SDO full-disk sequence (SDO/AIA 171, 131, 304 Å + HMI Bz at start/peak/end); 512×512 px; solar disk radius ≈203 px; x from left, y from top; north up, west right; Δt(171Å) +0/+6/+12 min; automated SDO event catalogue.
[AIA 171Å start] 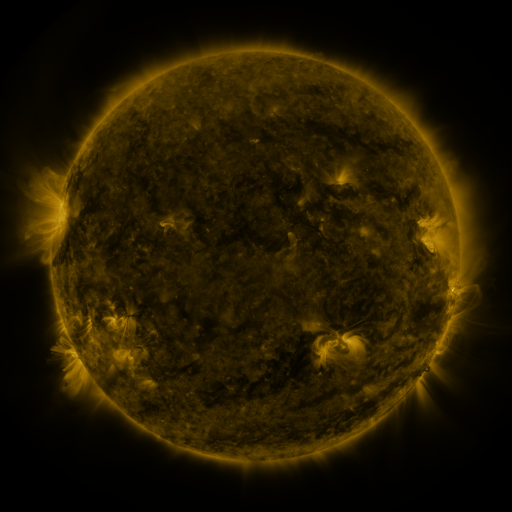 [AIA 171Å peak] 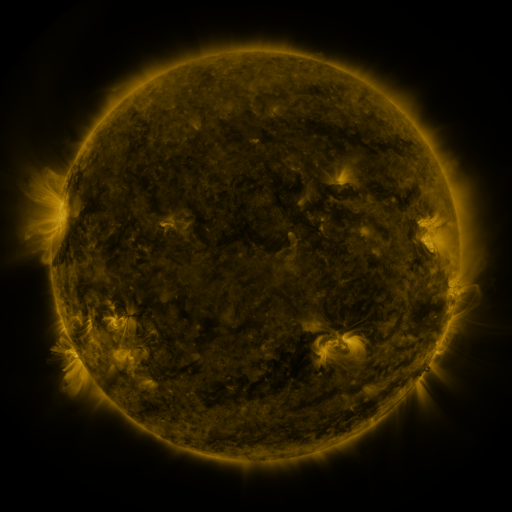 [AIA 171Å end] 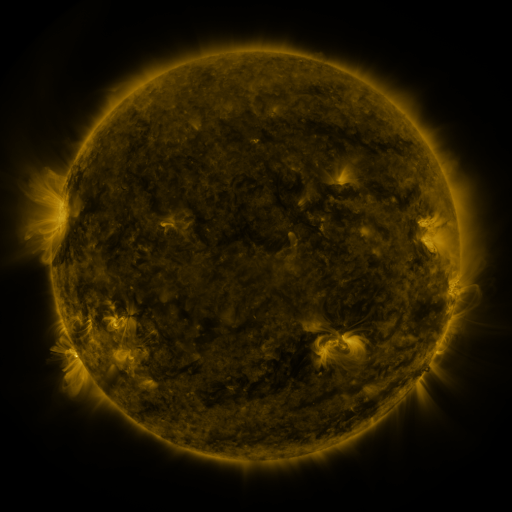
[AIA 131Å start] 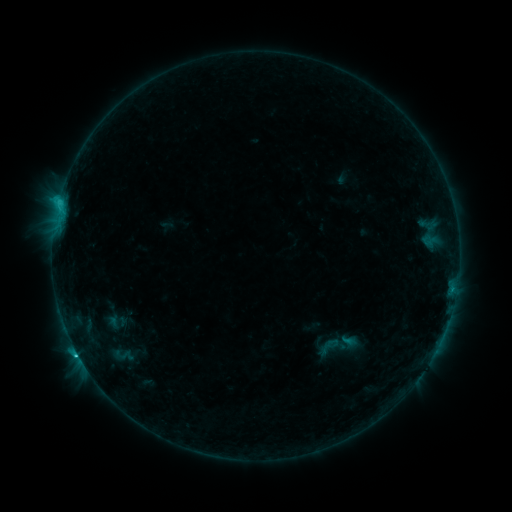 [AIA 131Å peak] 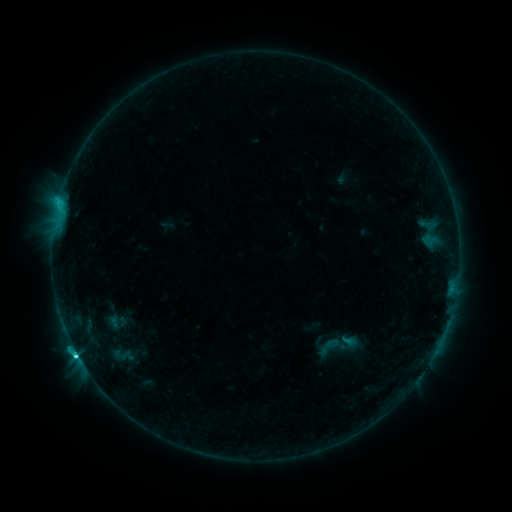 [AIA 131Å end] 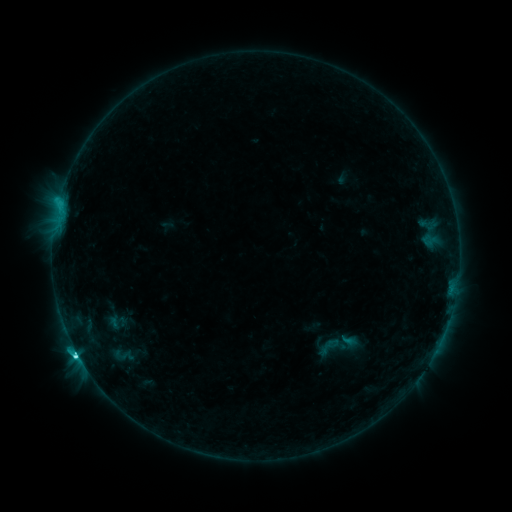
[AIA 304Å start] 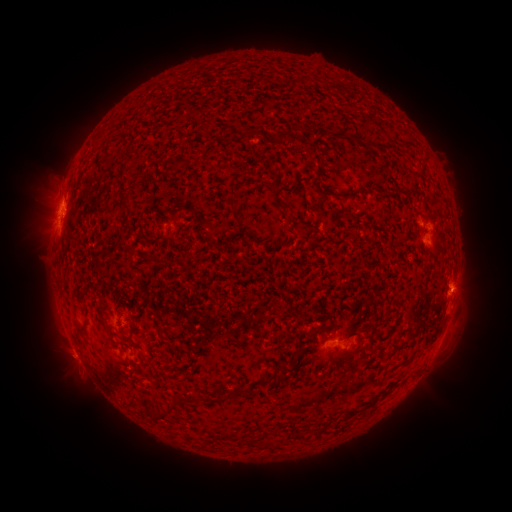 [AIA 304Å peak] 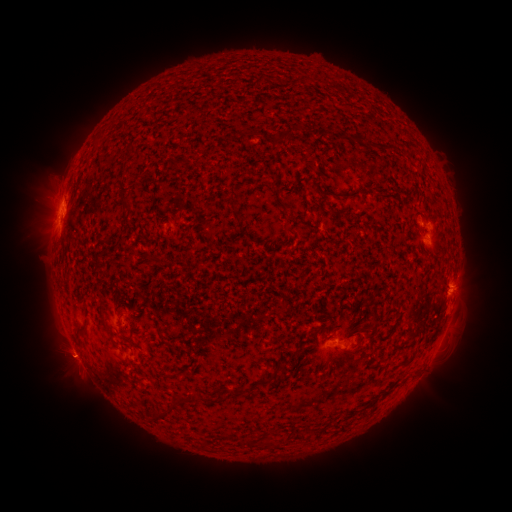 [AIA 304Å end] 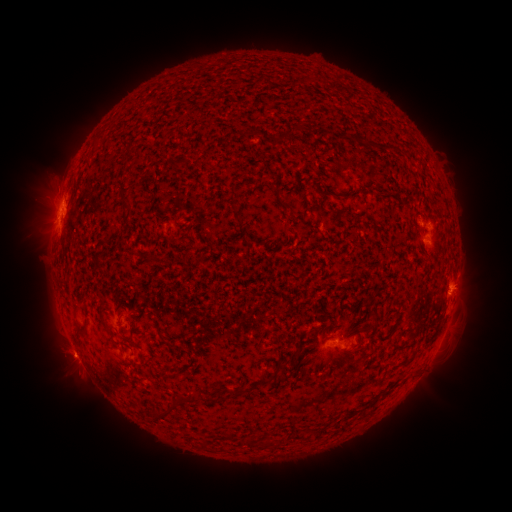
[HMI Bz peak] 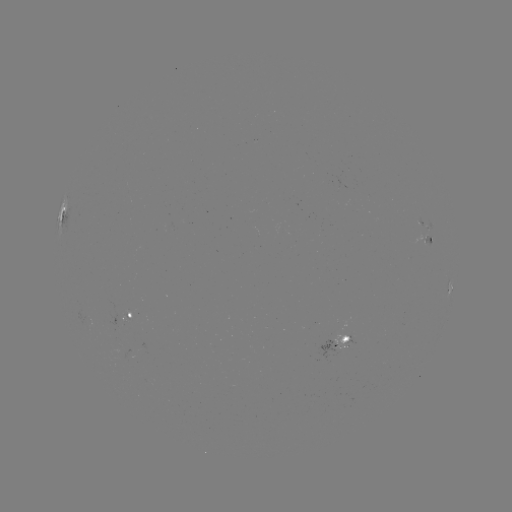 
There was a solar eruption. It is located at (72, 359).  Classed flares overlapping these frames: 1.